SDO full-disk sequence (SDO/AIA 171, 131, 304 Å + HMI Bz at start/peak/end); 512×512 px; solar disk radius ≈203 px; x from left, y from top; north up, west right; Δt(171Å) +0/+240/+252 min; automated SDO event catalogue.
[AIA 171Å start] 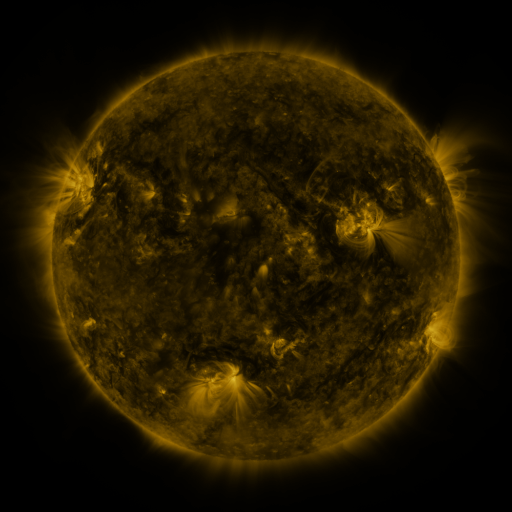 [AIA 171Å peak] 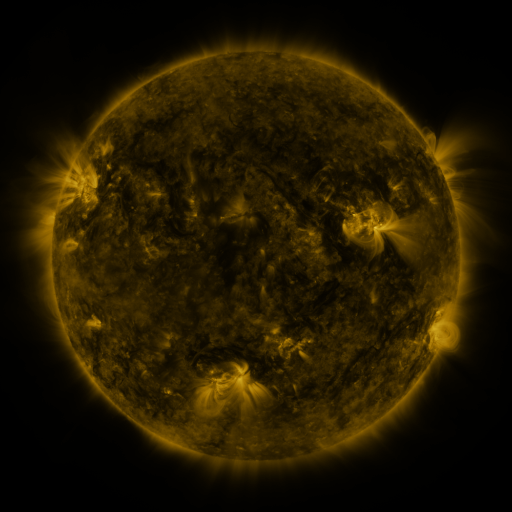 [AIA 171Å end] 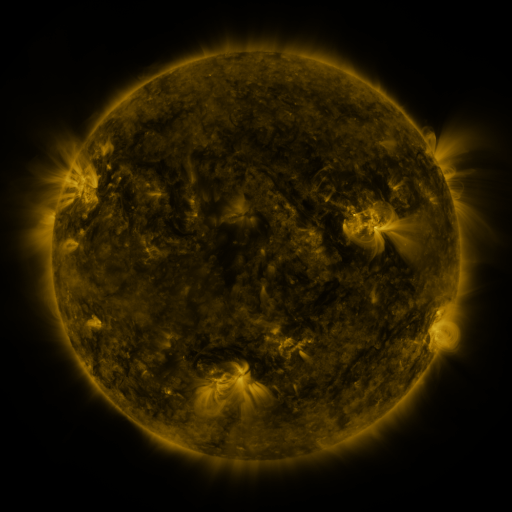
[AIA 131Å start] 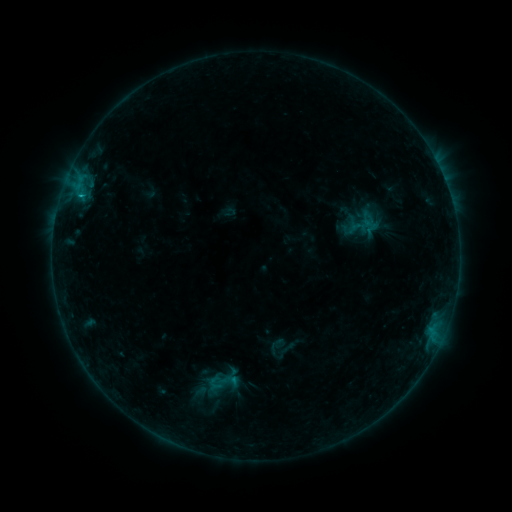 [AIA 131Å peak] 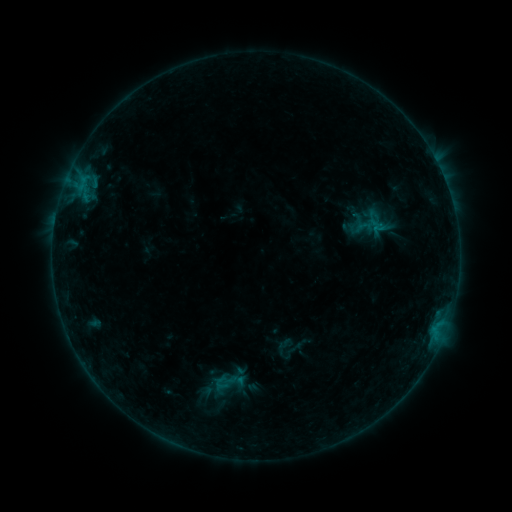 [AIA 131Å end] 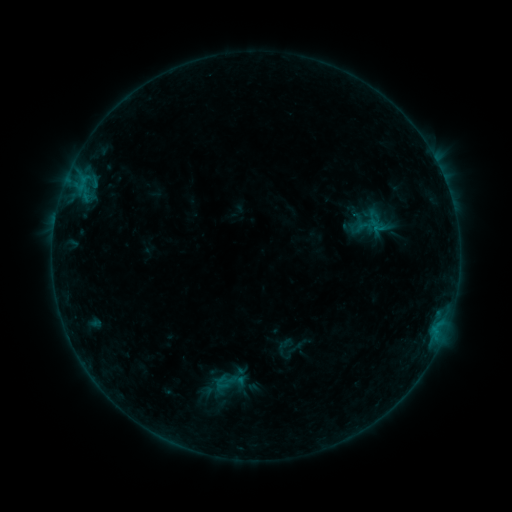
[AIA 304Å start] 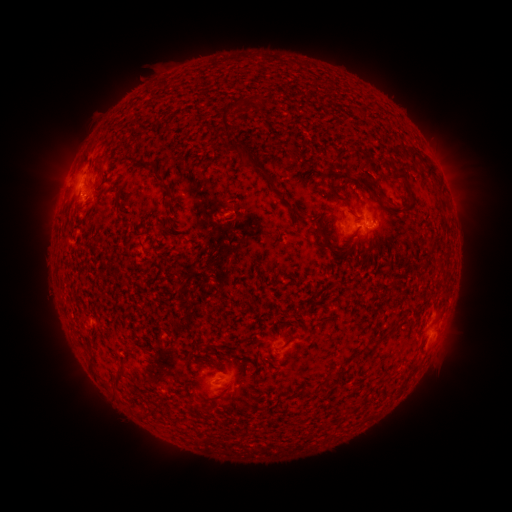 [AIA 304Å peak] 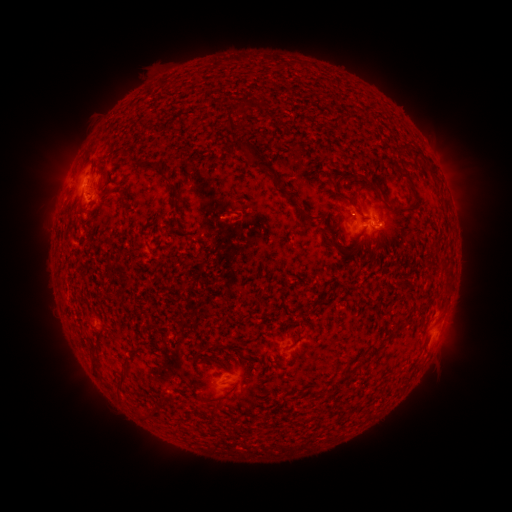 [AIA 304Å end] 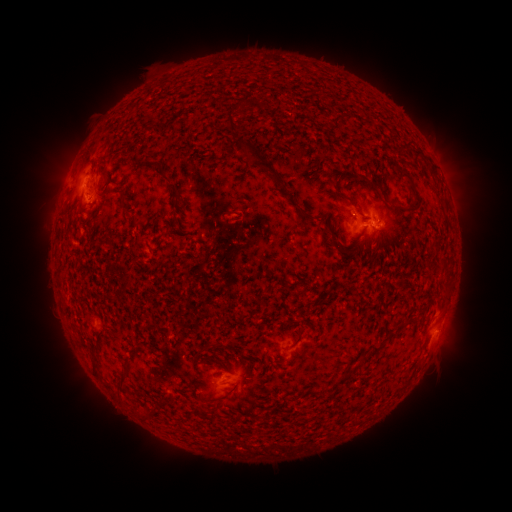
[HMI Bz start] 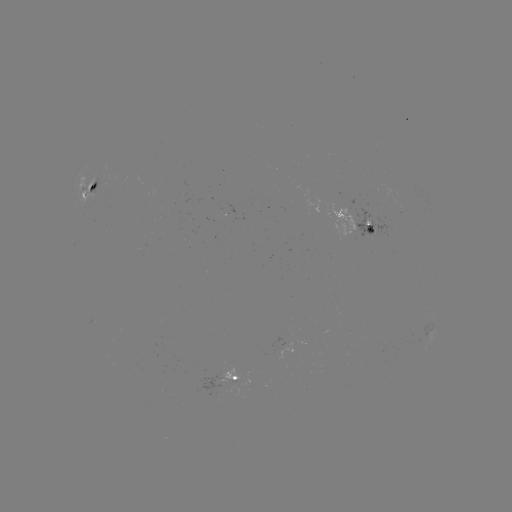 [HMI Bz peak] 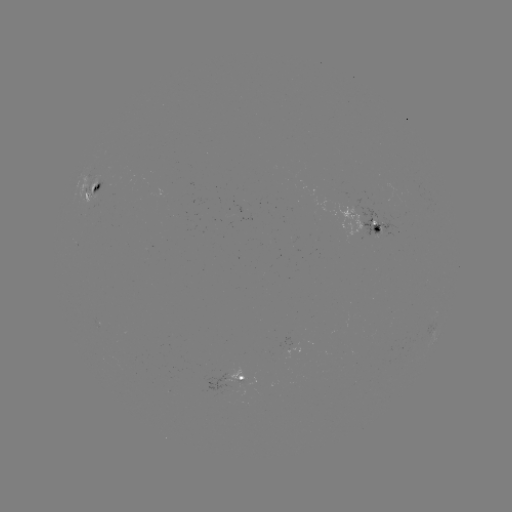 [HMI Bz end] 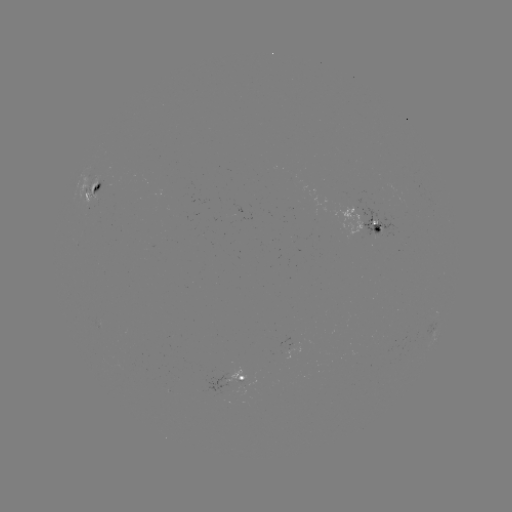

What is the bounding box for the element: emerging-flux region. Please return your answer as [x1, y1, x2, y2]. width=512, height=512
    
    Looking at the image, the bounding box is [87, 177, 99, 209].